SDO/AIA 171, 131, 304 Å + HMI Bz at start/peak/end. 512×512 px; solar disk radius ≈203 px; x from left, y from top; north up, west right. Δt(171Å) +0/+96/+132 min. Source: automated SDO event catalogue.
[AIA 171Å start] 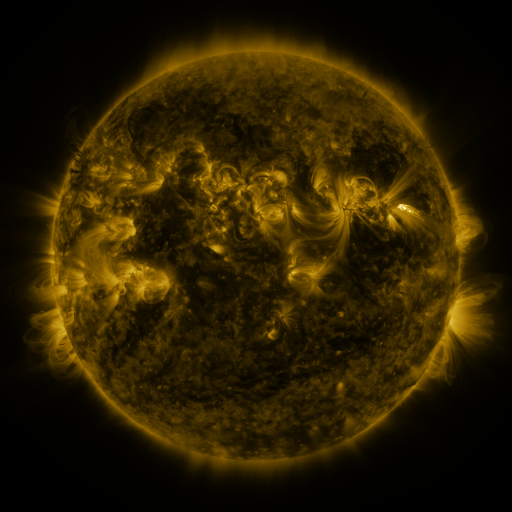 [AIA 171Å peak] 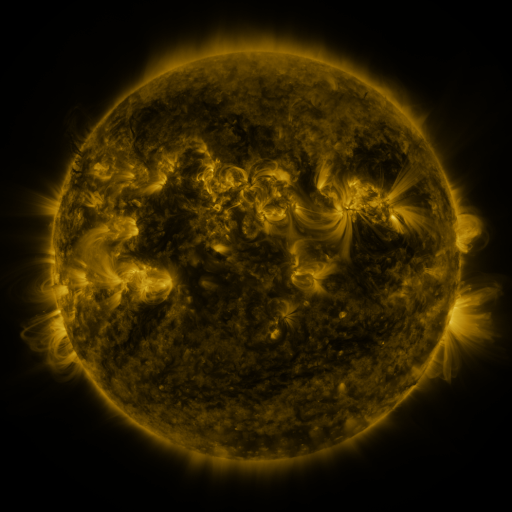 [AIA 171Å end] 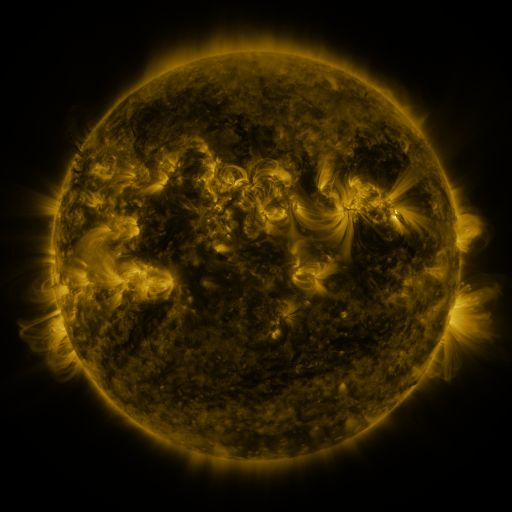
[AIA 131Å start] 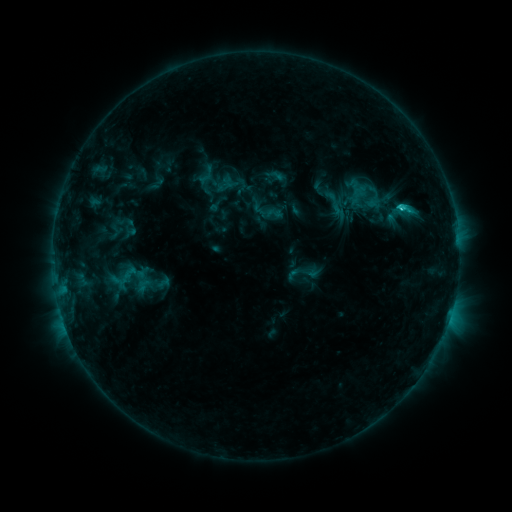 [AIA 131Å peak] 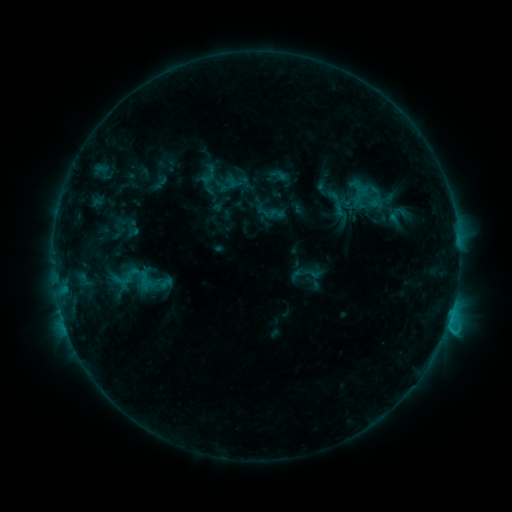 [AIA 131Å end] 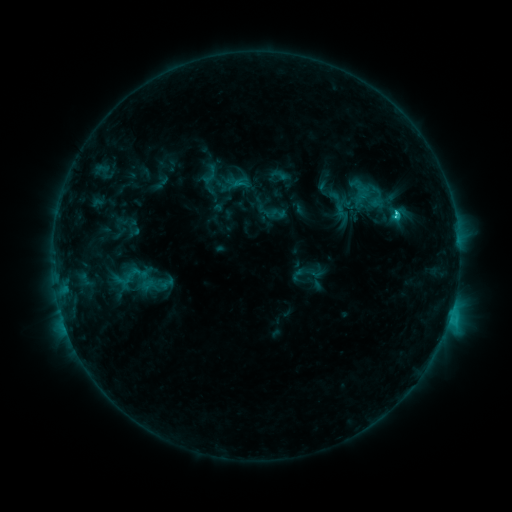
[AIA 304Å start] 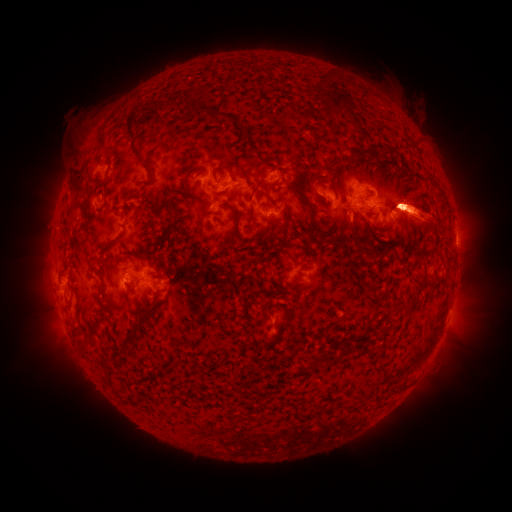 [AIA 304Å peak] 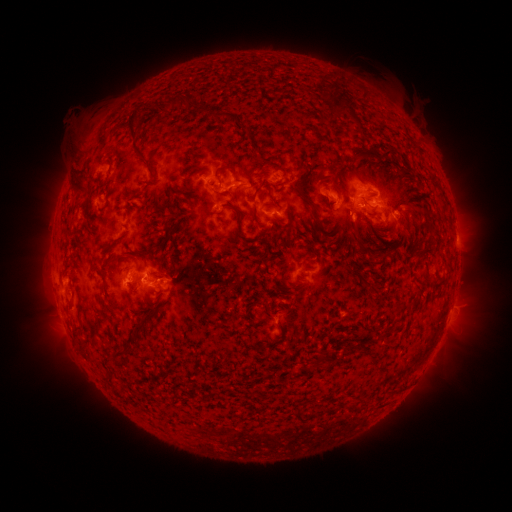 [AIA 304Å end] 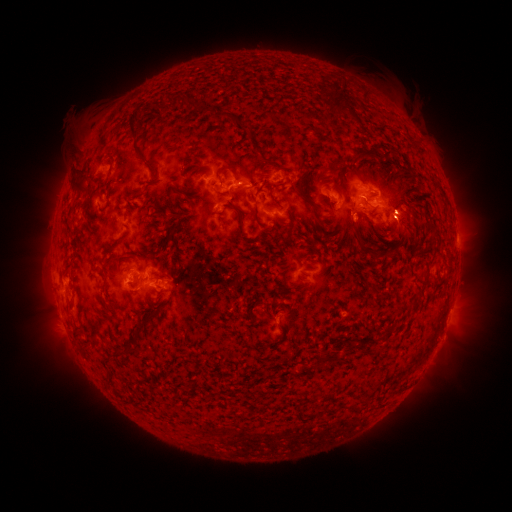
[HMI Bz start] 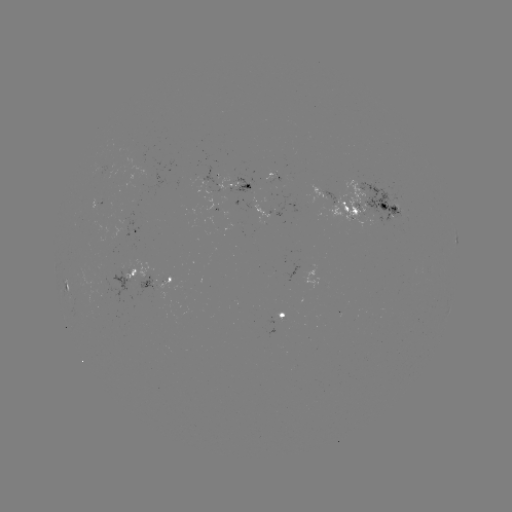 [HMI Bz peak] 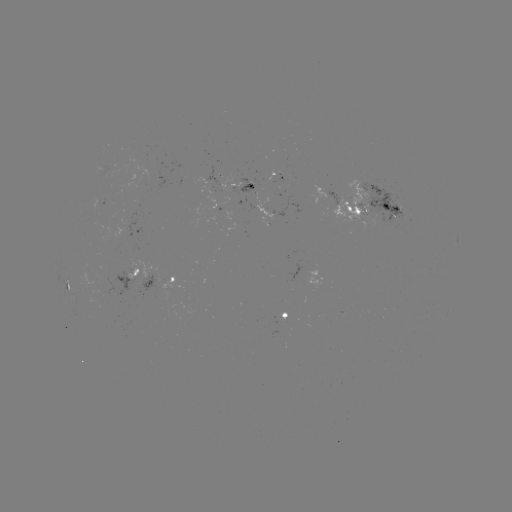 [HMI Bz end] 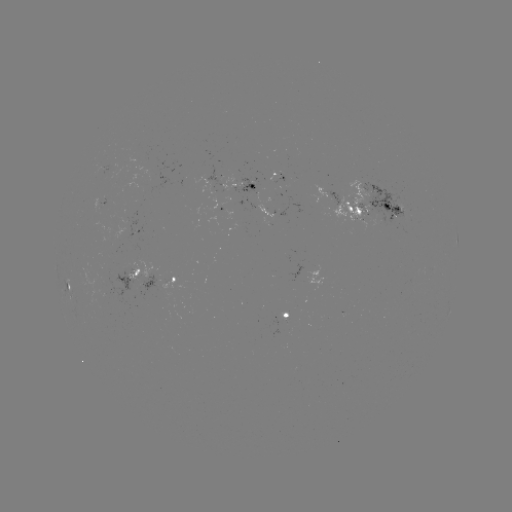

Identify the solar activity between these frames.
emerging-flux region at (390, 202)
